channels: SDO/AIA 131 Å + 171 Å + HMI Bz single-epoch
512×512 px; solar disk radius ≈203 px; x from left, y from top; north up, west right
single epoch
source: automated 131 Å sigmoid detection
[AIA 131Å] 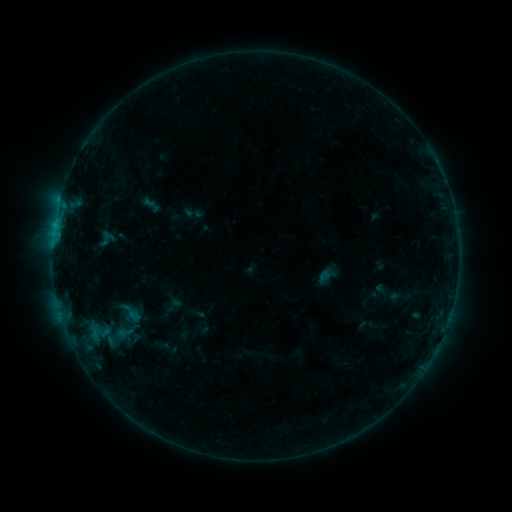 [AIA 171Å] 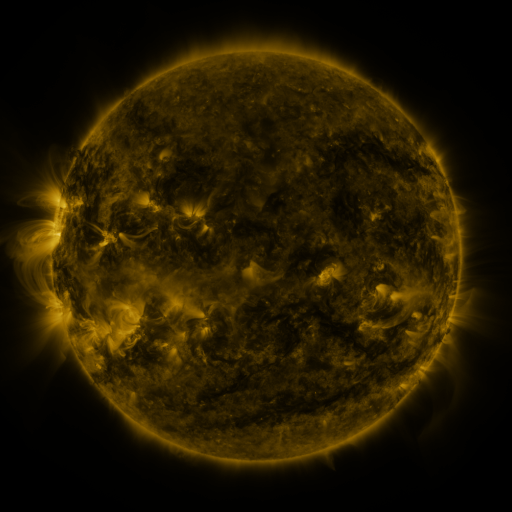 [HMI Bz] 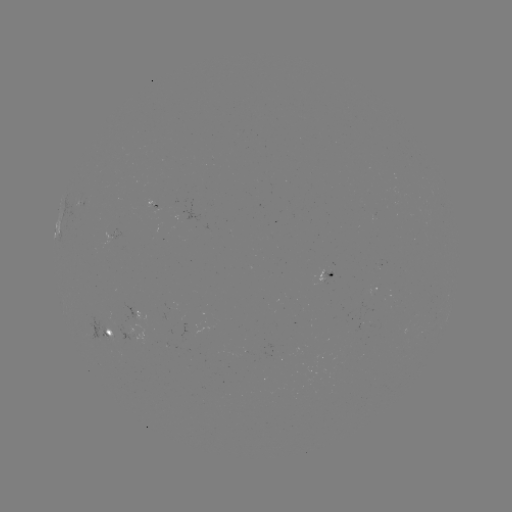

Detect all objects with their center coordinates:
sigmoid: (124, 332)
